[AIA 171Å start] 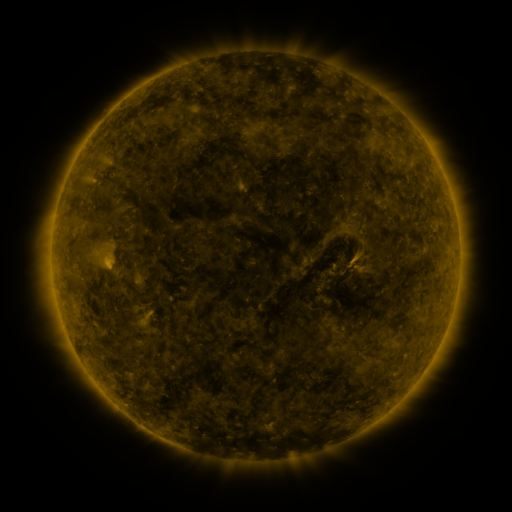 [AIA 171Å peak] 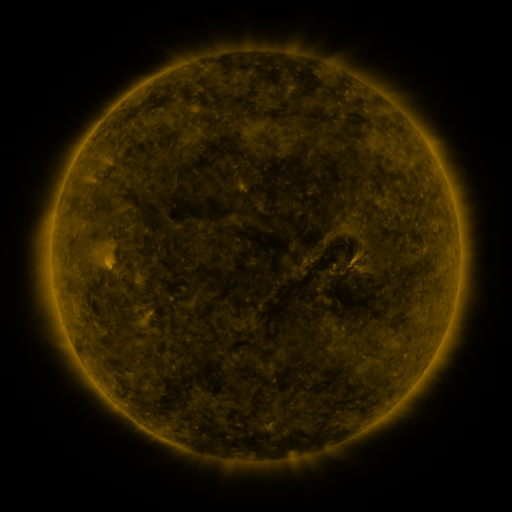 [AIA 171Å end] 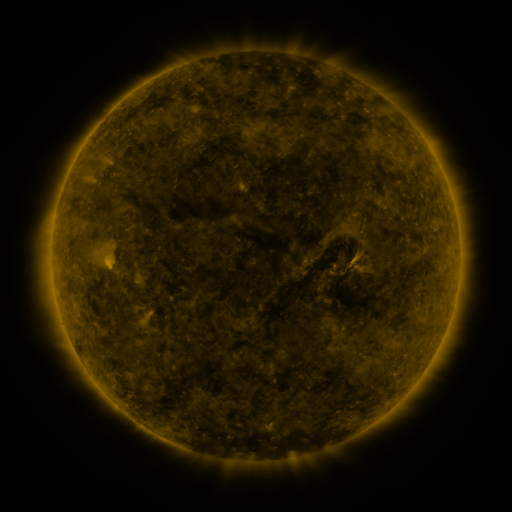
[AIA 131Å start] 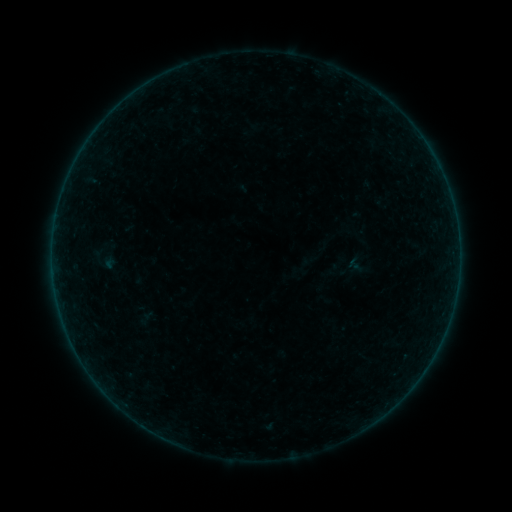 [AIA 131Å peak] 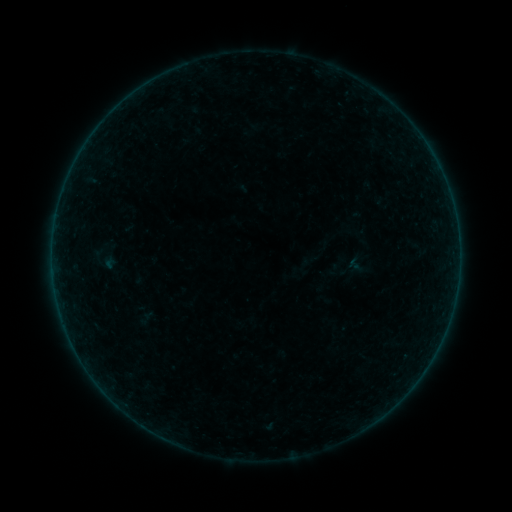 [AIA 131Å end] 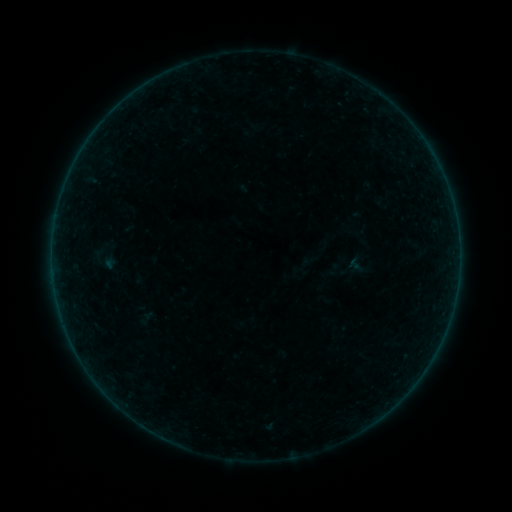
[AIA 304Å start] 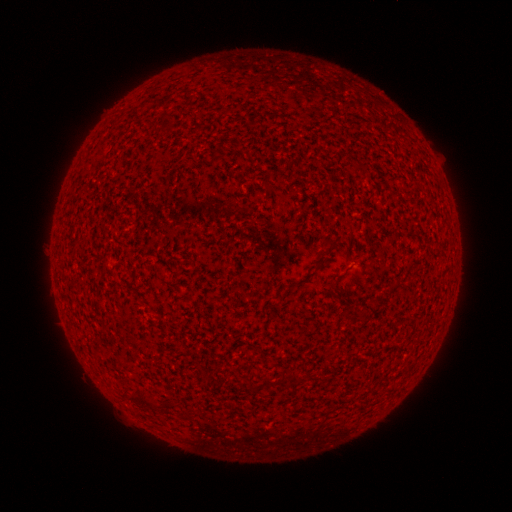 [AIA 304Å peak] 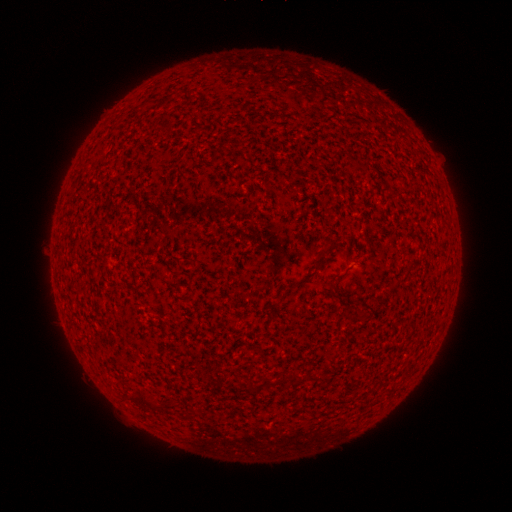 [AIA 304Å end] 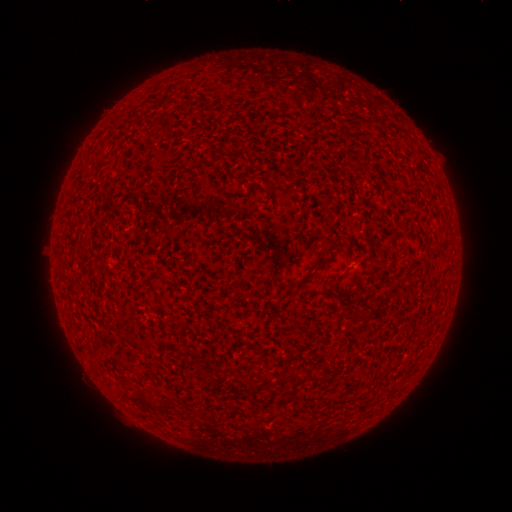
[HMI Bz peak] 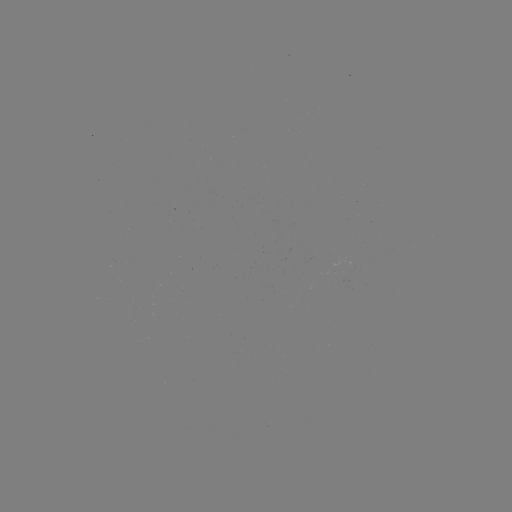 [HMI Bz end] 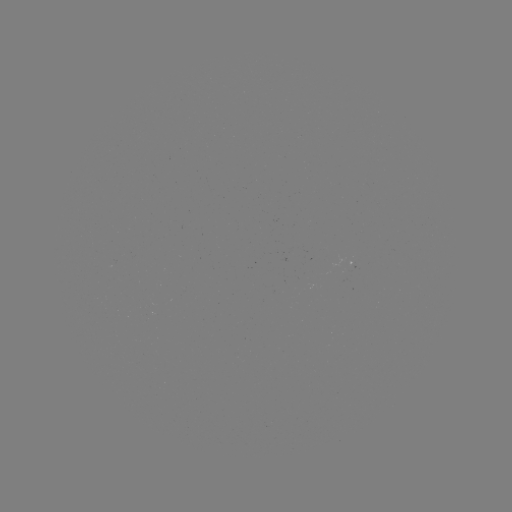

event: flare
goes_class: A1.1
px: (447, 321)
